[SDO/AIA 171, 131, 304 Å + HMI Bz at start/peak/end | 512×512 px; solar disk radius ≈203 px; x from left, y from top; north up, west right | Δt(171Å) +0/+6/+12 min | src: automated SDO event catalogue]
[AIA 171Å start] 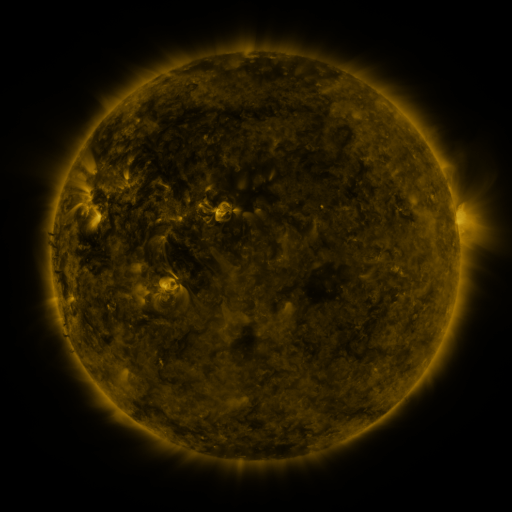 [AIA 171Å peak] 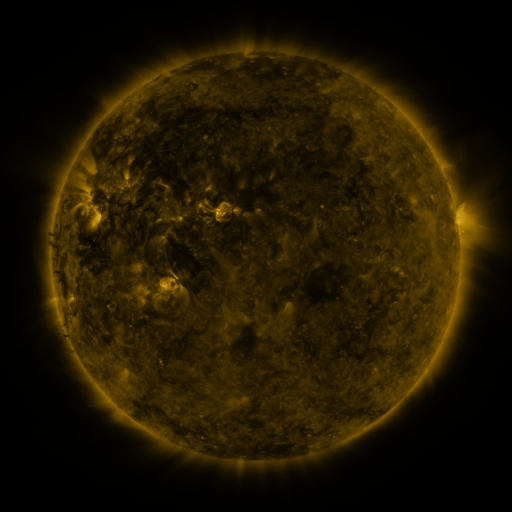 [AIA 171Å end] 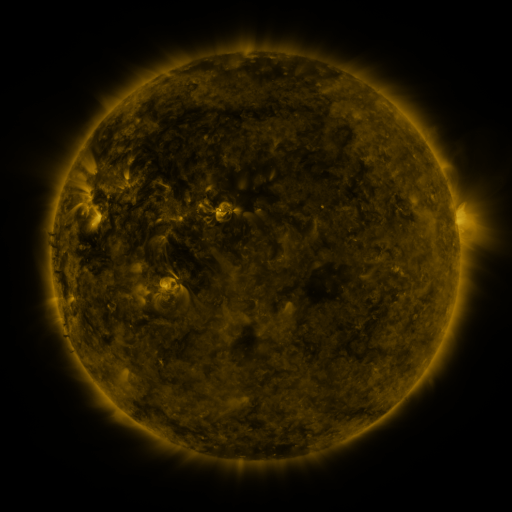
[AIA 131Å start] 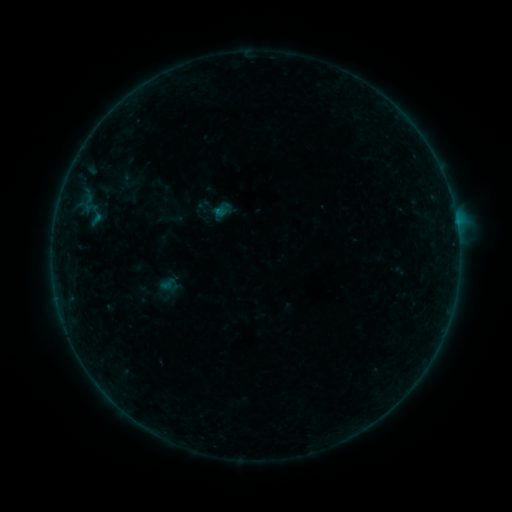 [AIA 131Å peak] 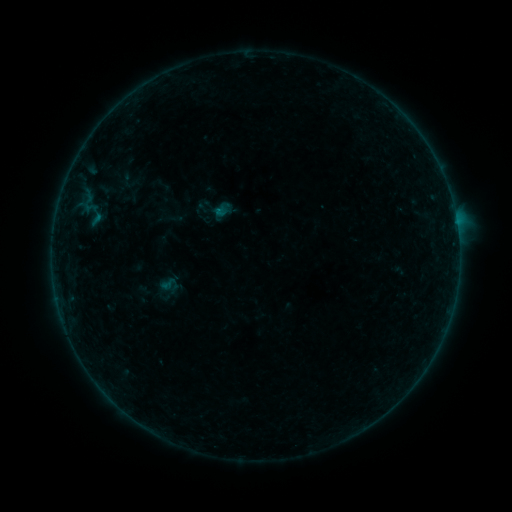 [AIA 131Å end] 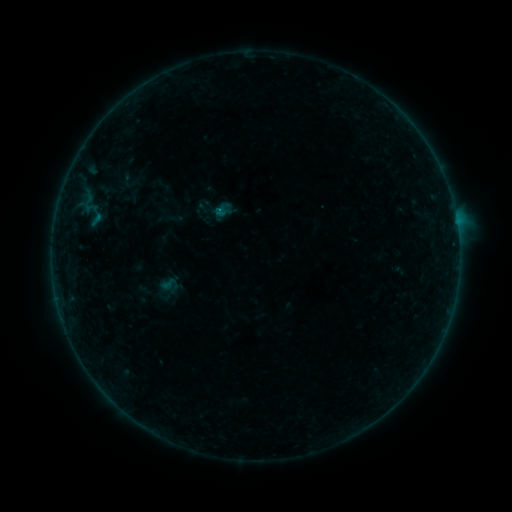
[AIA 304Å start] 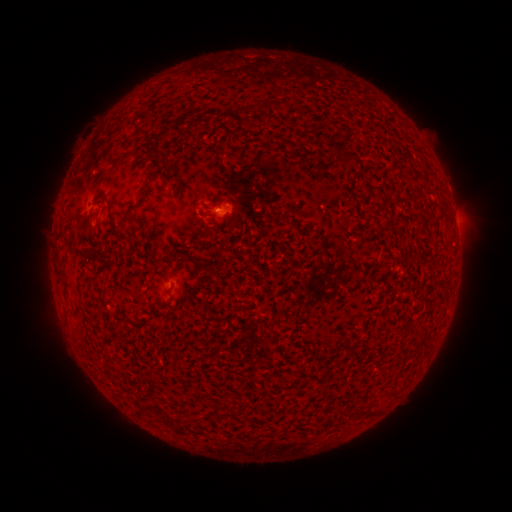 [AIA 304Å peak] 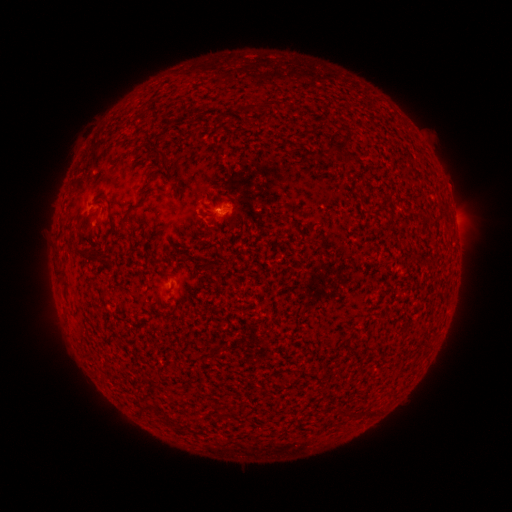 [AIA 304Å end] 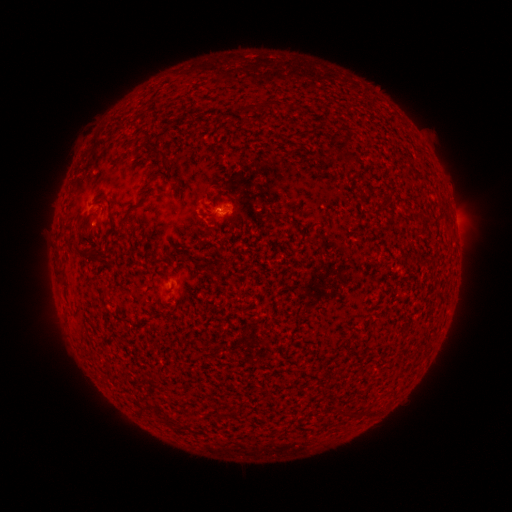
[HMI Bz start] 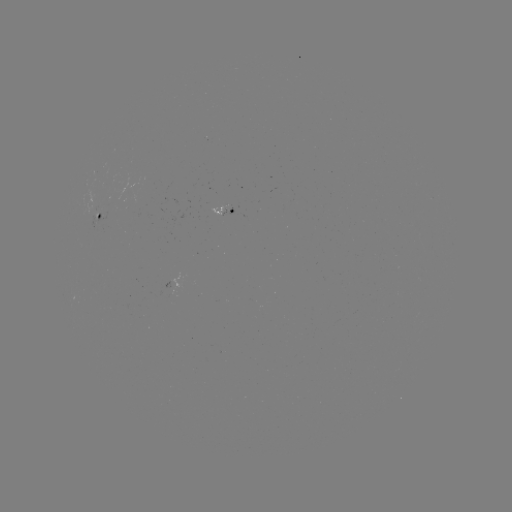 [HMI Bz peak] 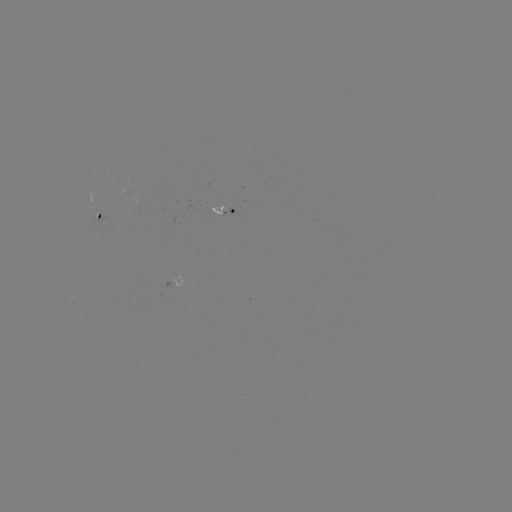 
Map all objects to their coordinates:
B1.8 flare: (221, 213)
